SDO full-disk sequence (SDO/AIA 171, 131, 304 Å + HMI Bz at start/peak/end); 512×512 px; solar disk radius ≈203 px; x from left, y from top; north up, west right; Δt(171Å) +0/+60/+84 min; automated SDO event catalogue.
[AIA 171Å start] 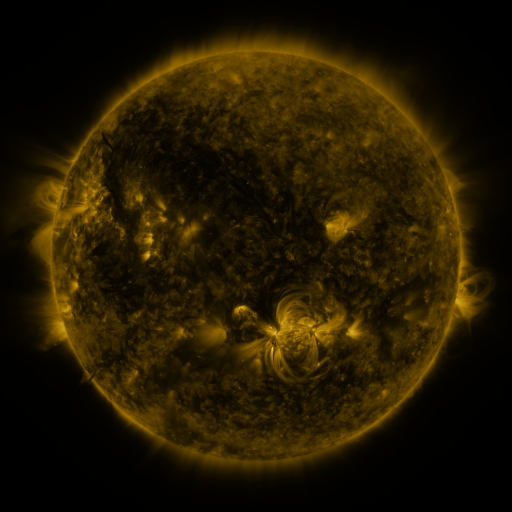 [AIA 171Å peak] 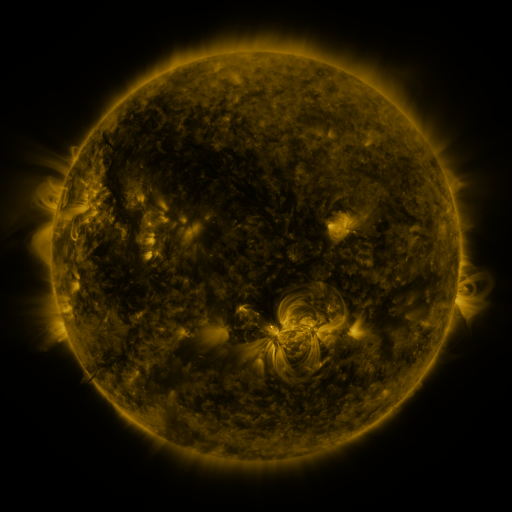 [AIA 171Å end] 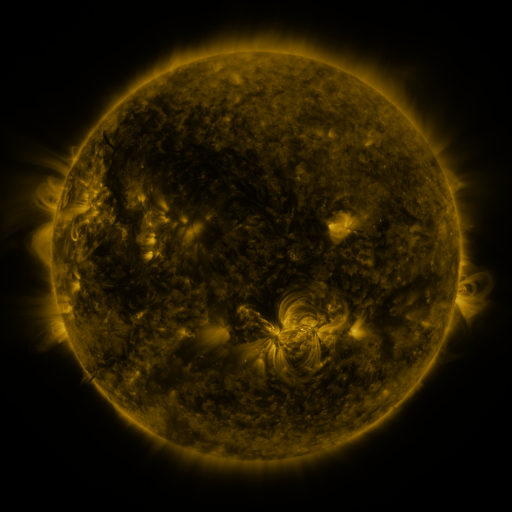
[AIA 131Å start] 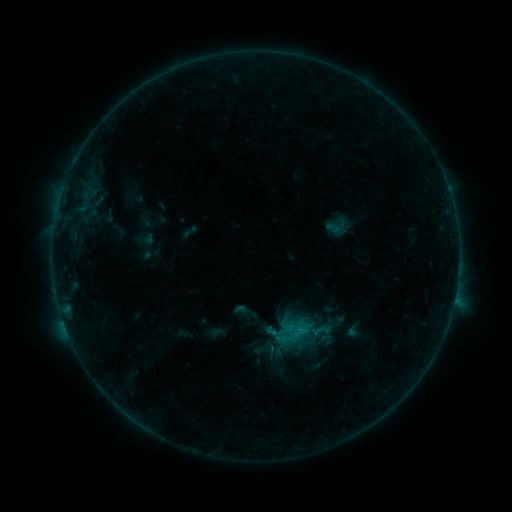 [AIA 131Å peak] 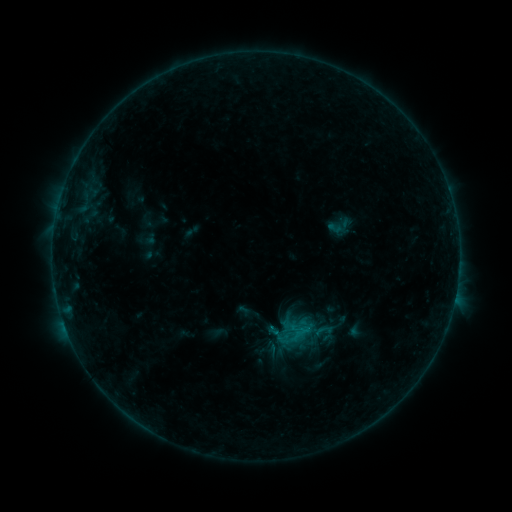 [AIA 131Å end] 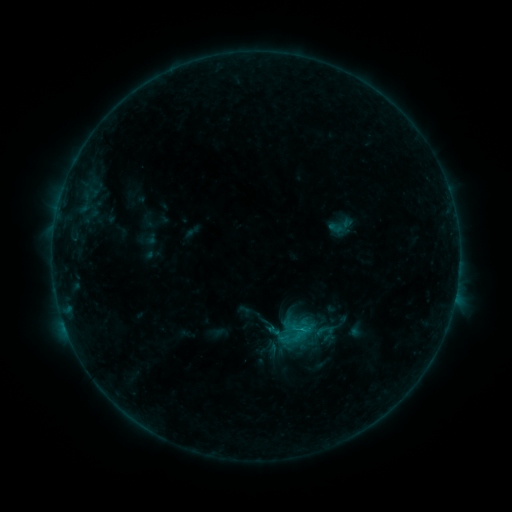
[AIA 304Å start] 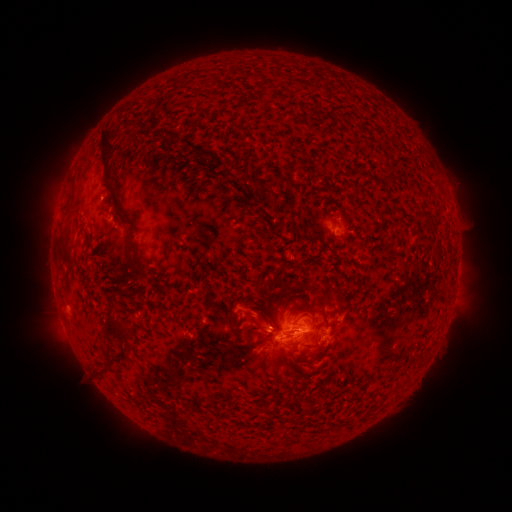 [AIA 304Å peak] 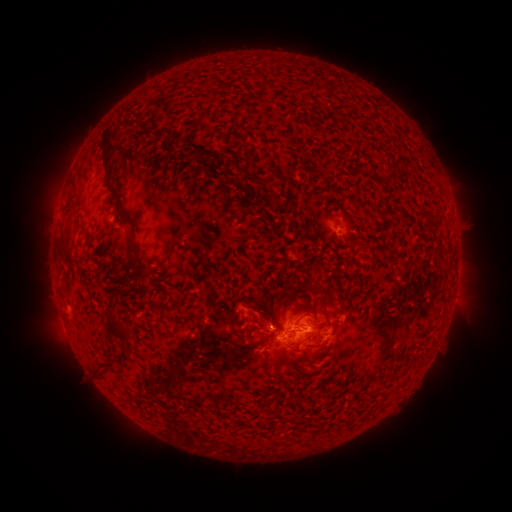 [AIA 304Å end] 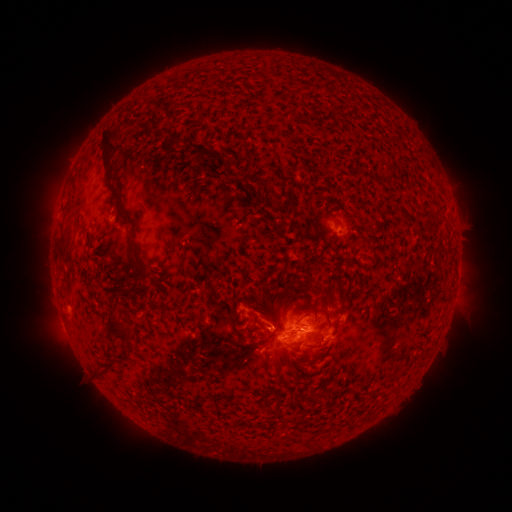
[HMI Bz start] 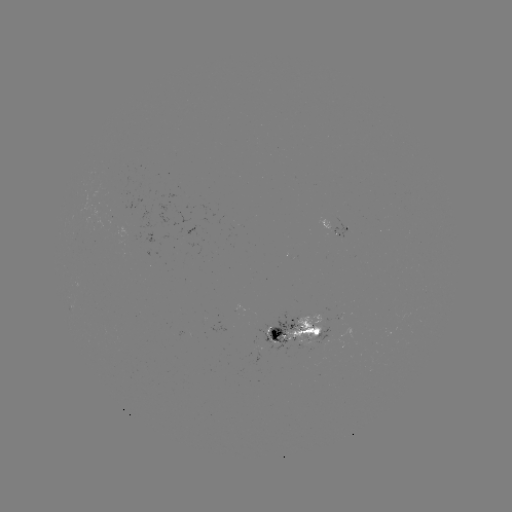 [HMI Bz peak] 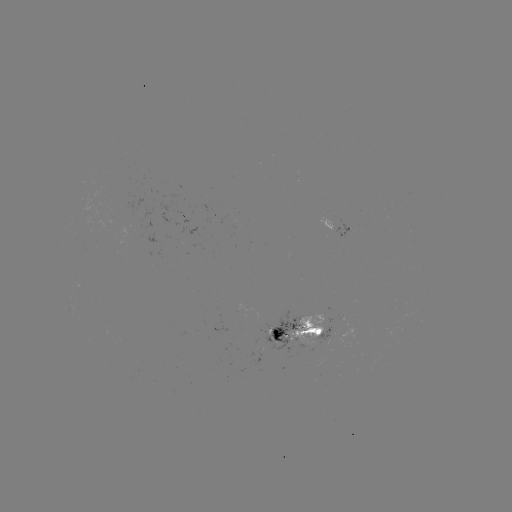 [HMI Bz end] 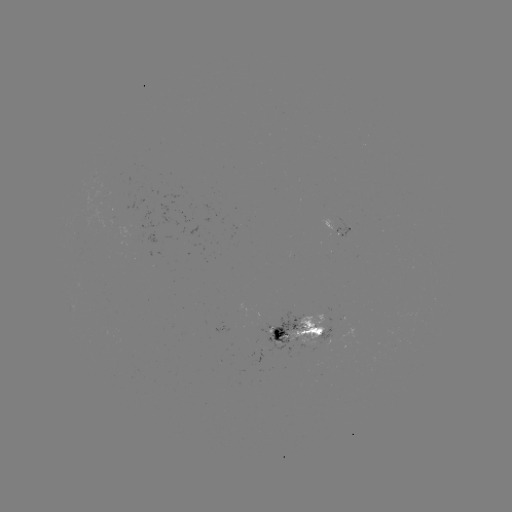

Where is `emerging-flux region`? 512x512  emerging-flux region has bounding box [289, 314, 325, 343].